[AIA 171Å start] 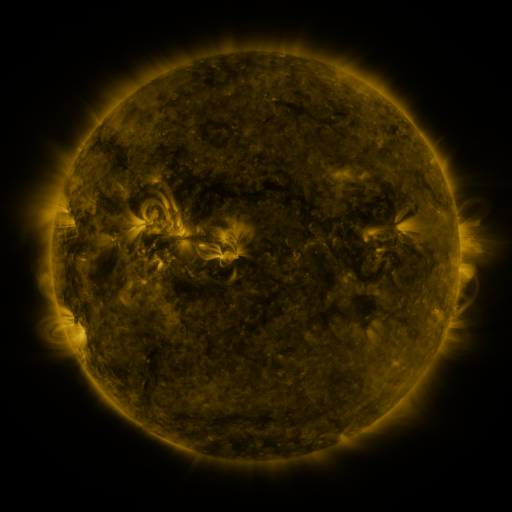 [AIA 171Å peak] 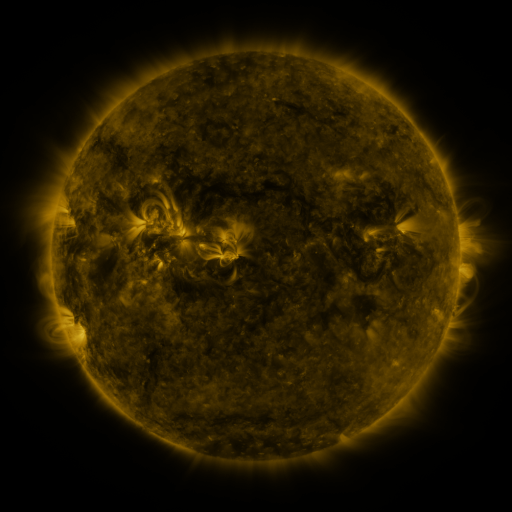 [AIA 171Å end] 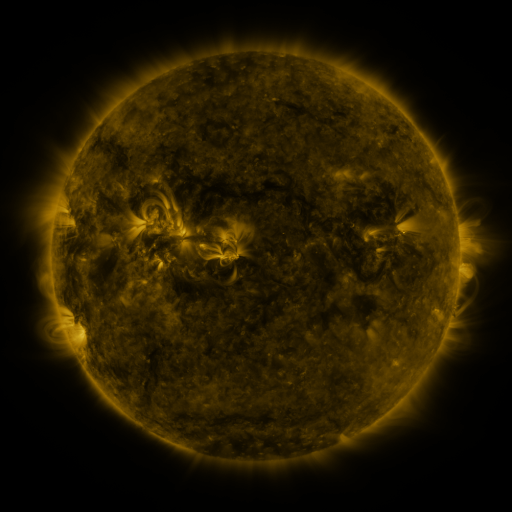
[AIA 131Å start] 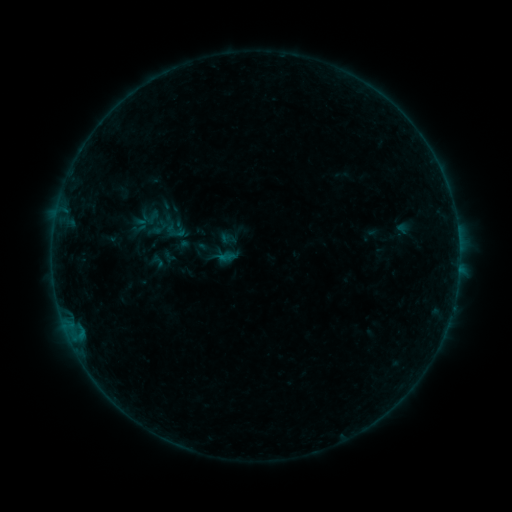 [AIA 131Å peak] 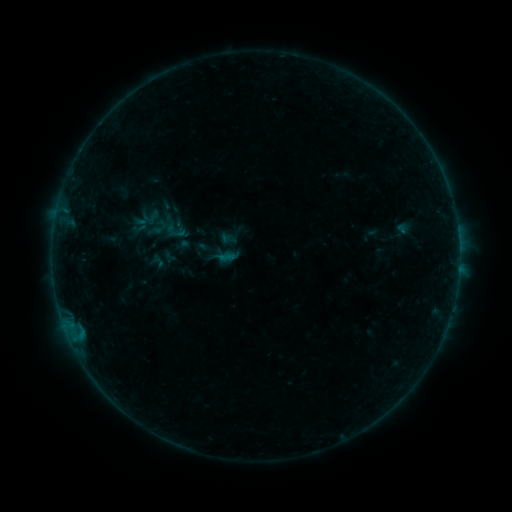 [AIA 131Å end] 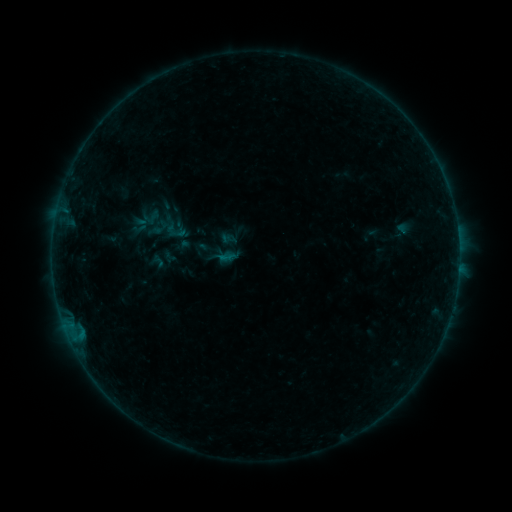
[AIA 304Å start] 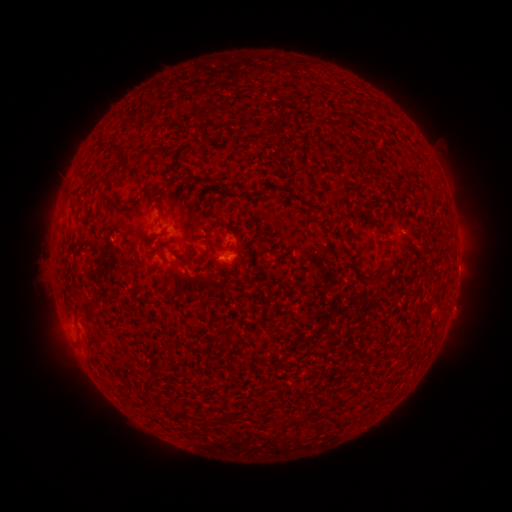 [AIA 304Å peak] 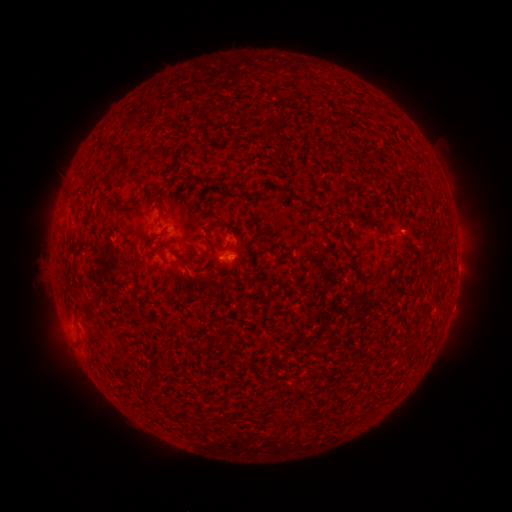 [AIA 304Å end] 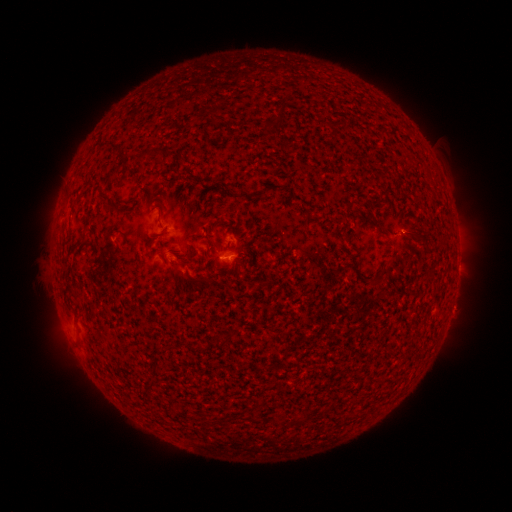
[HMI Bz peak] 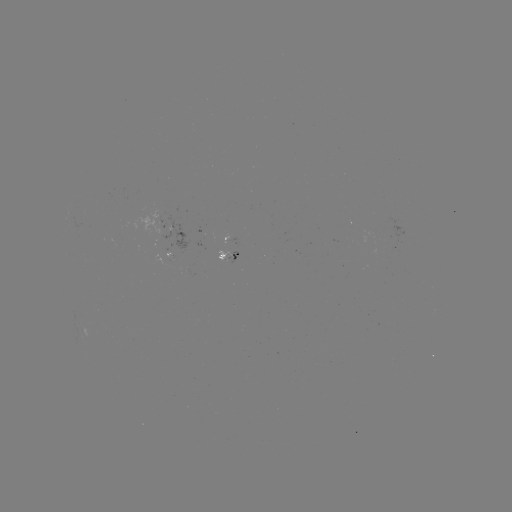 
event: flare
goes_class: B1.8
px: (402, 234)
